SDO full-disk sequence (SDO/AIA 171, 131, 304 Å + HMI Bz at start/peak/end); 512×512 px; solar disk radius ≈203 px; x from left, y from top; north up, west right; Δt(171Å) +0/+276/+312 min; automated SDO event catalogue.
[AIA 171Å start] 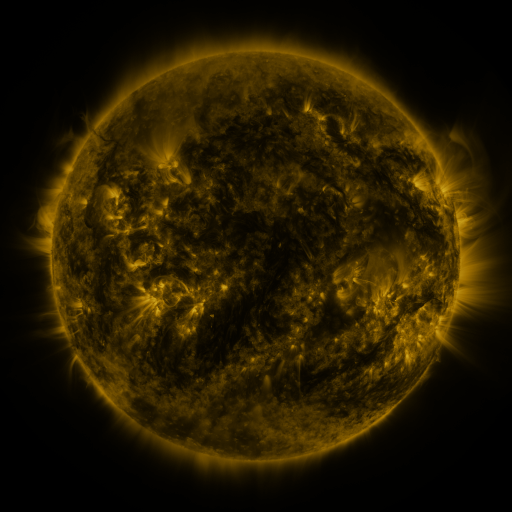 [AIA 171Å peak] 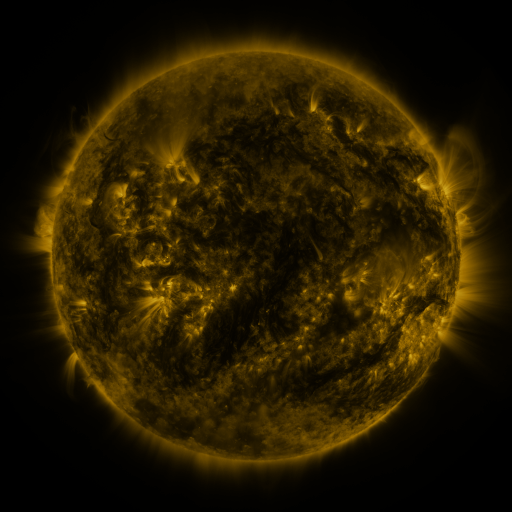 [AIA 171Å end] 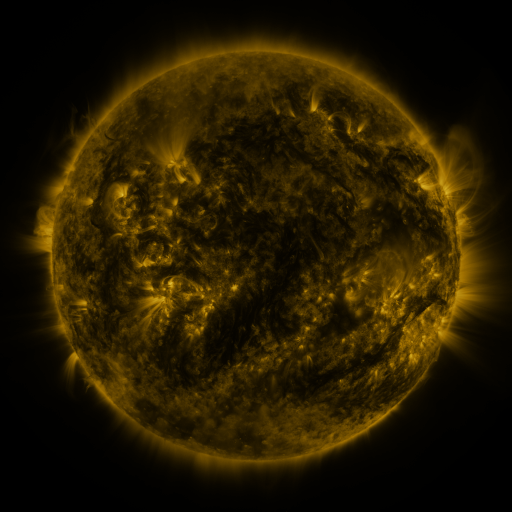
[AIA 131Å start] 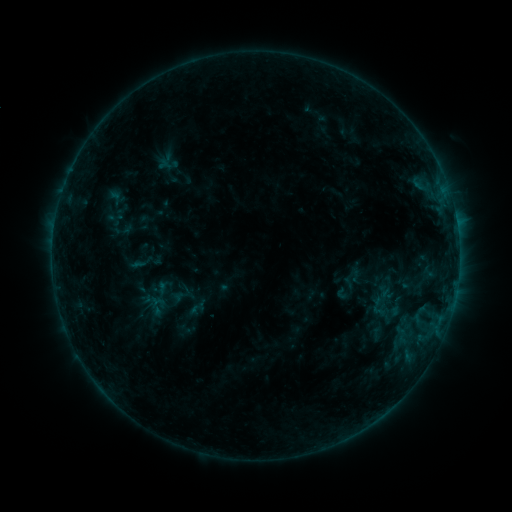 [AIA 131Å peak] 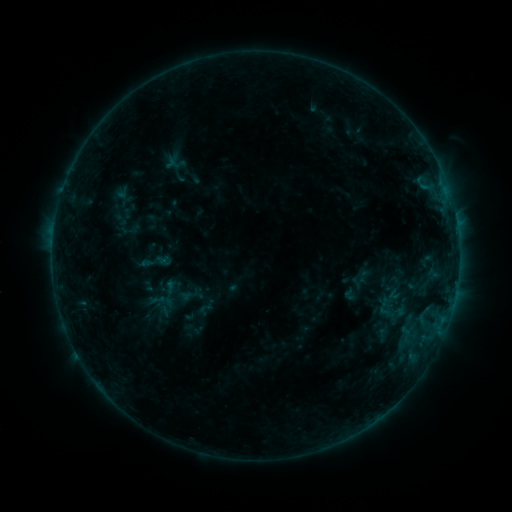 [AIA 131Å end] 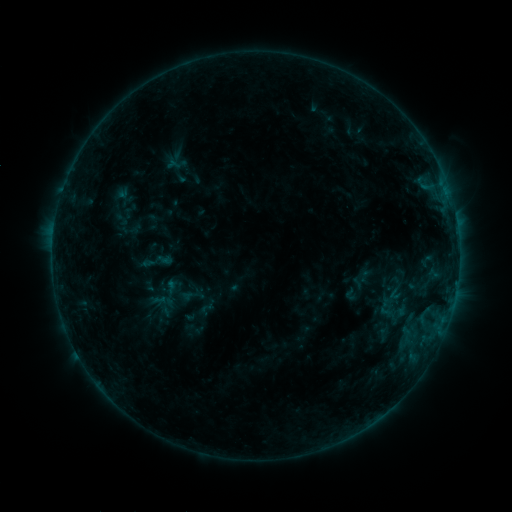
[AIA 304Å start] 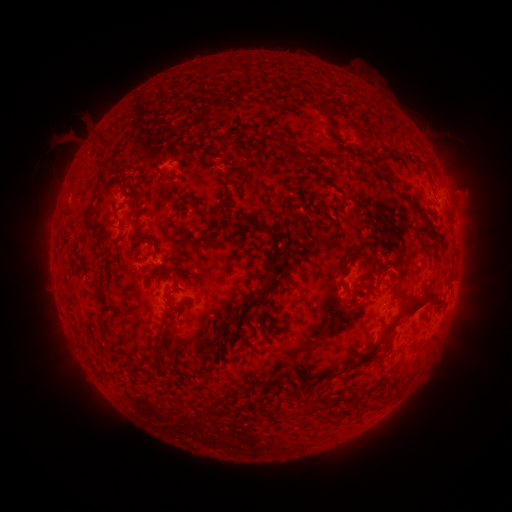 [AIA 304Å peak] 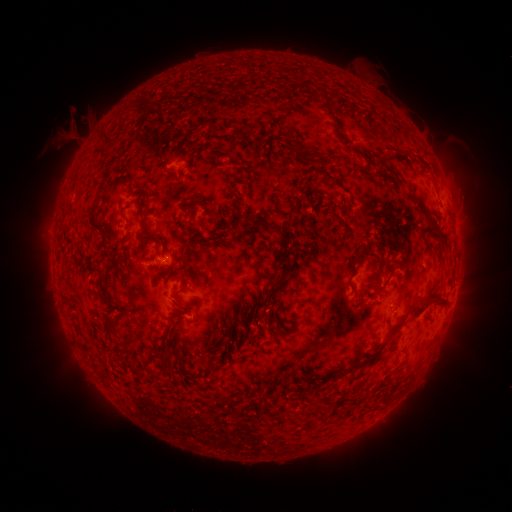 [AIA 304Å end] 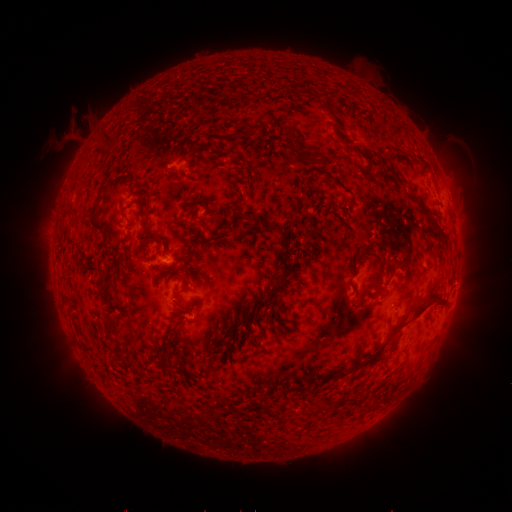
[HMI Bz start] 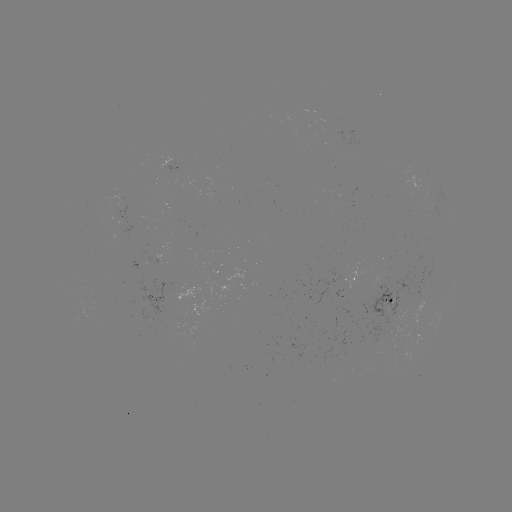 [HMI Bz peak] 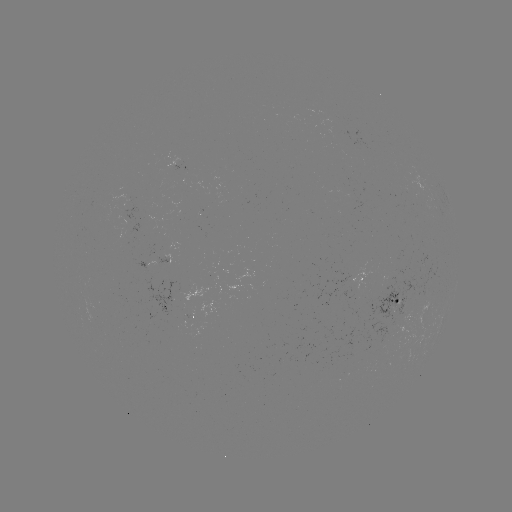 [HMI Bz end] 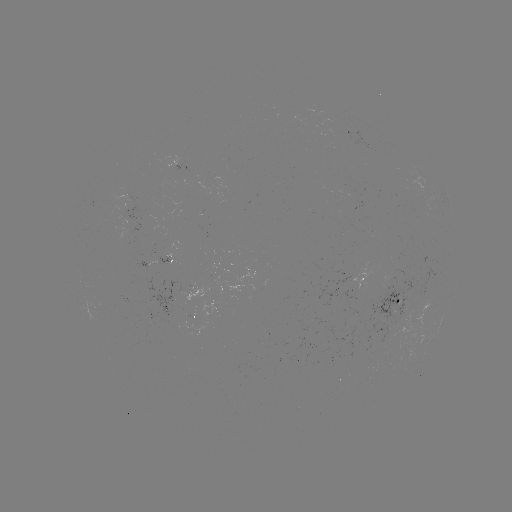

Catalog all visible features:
emerging-flux region: (190, 316)
